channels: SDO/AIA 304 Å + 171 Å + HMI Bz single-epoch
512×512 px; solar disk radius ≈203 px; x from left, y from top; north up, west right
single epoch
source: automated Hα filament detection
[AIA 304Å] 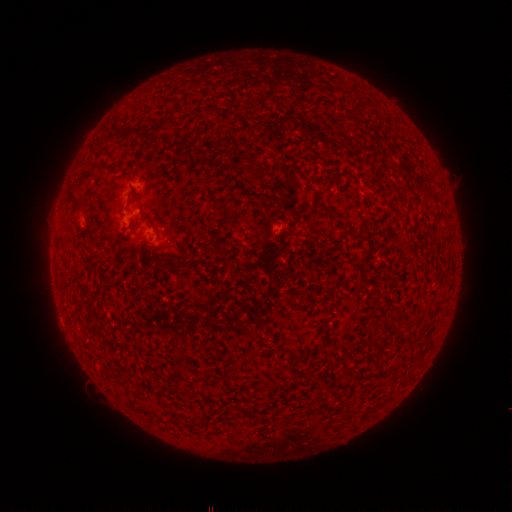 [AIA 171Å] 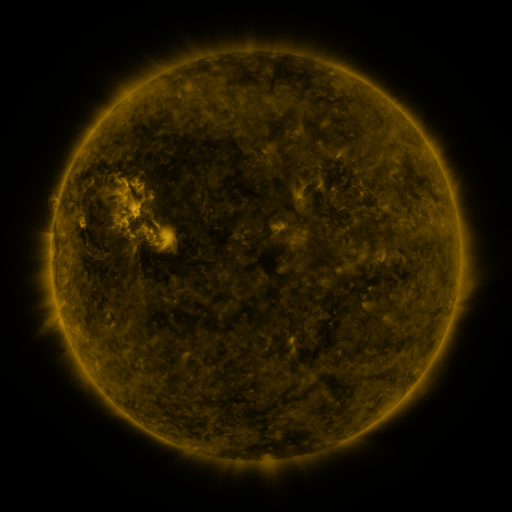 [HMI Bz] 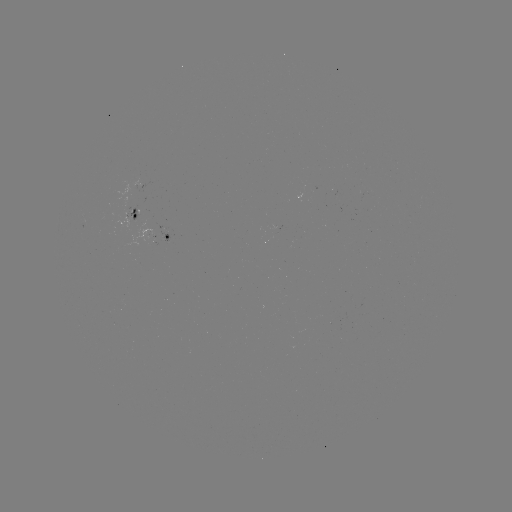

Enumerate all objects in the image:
filament: (130, 132)
filament: (73, 197)
filament: (226, 207)
filament: (325, 207)
